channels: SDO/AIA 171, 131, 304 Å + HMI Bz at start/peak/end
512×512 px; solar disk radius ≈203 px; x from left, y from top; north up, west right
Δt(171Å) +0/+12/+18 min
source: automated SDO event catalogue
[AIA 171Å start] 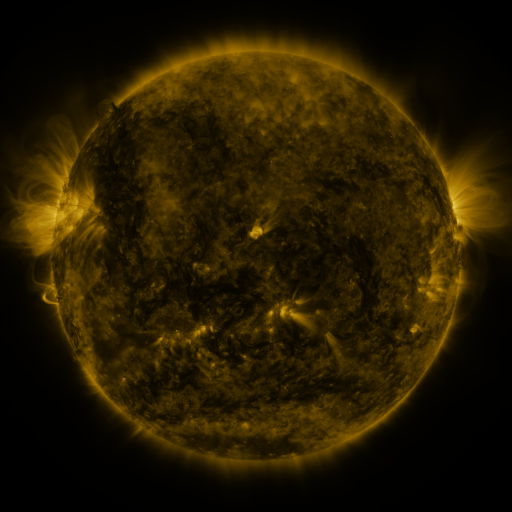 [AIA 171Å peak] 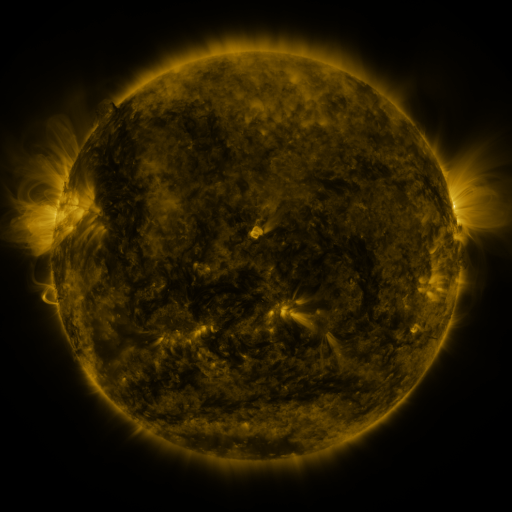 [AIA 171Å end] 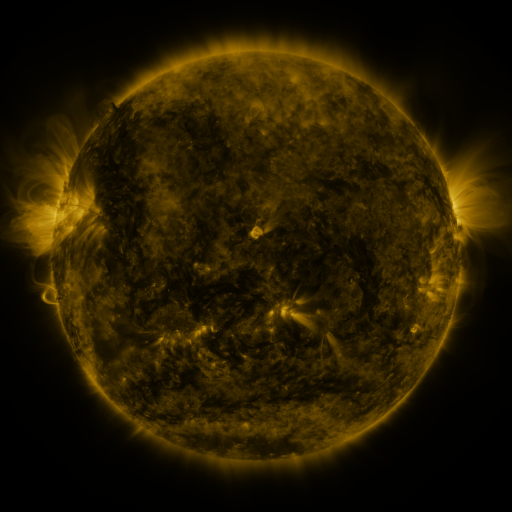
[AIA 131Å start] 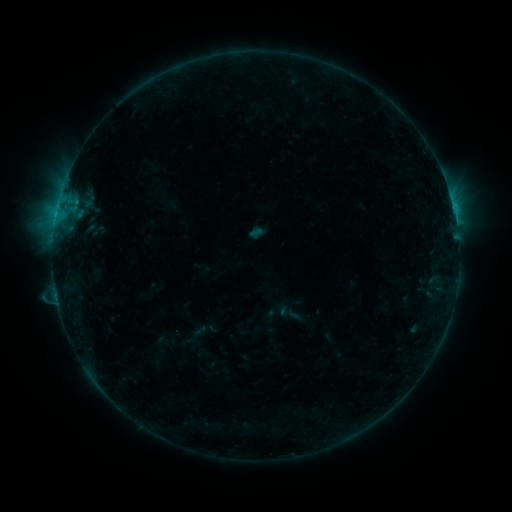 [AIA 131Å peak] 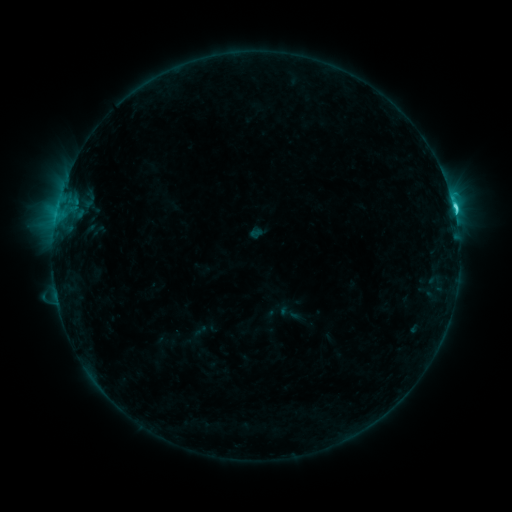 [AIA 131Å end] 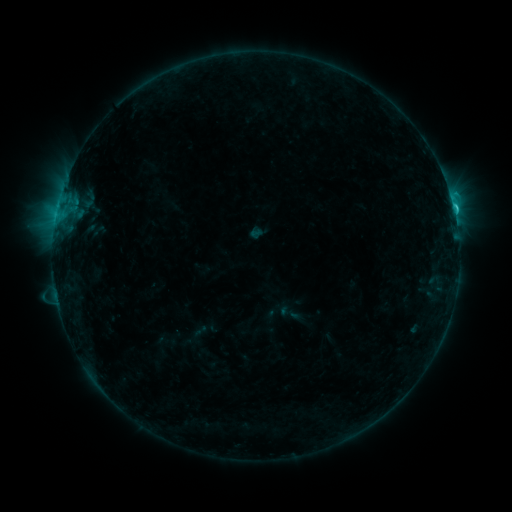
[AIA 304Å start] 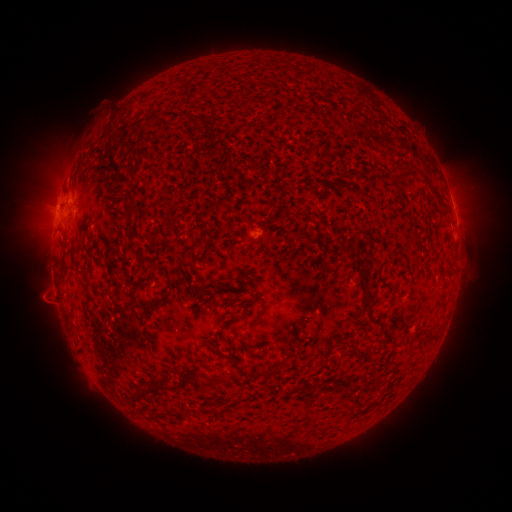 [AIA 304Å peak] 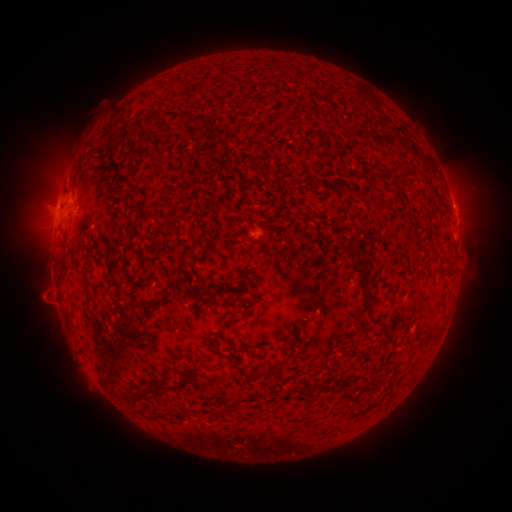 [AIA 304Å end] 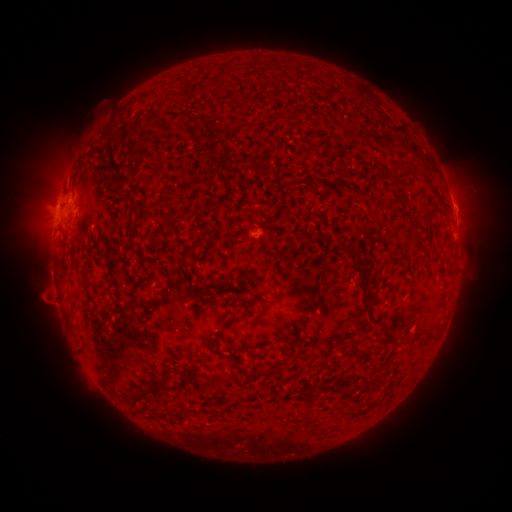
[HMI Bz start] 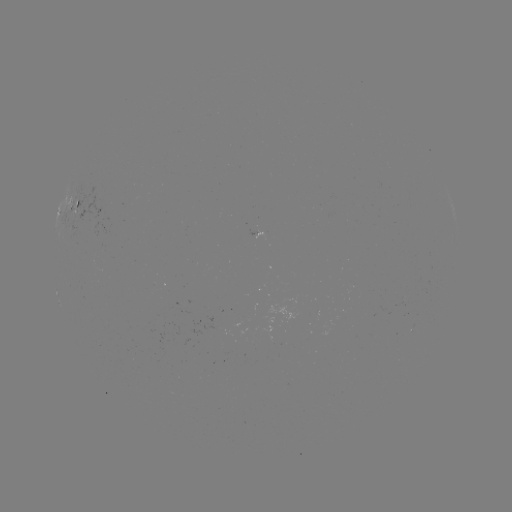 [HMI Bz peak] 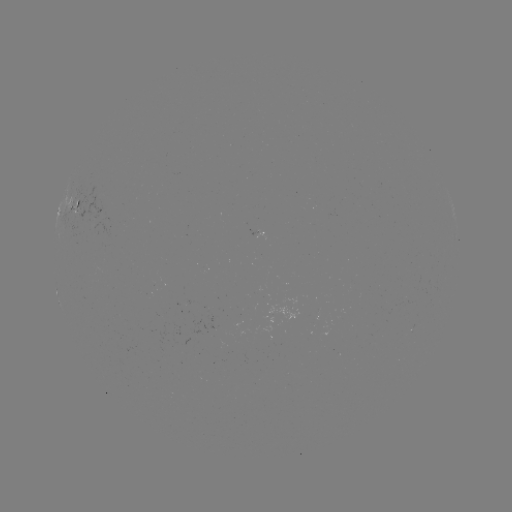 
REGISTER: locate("C2.2 flare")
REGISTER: (451, 211)